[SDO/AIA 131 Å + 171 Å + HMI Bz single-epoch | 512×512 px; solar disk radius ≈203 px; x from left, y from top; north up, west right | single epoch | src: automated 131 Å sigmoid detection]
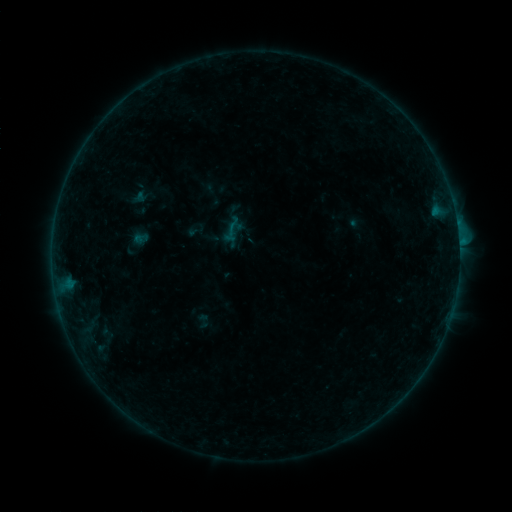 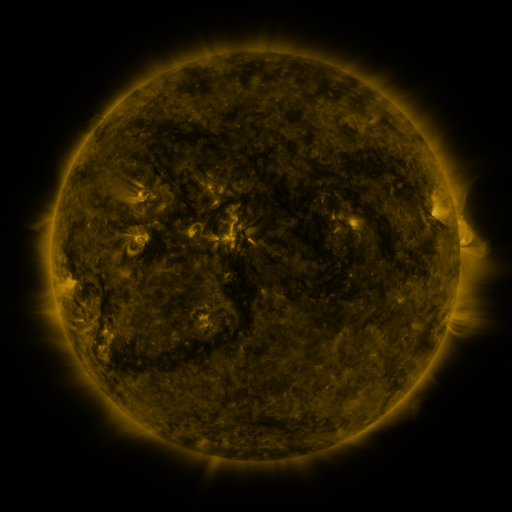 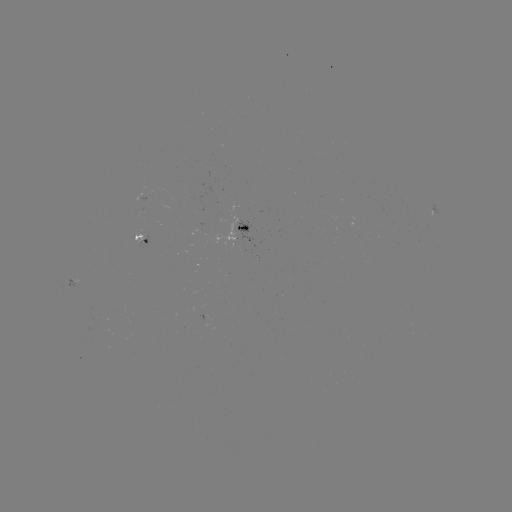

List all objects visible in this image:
sigmoid: <bbox>194, 313, 213, 329</bbox>
